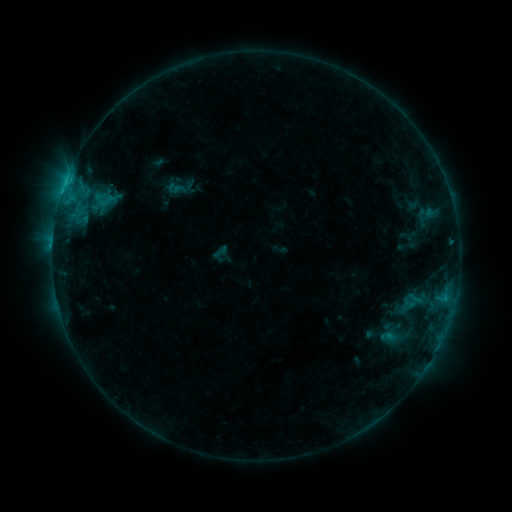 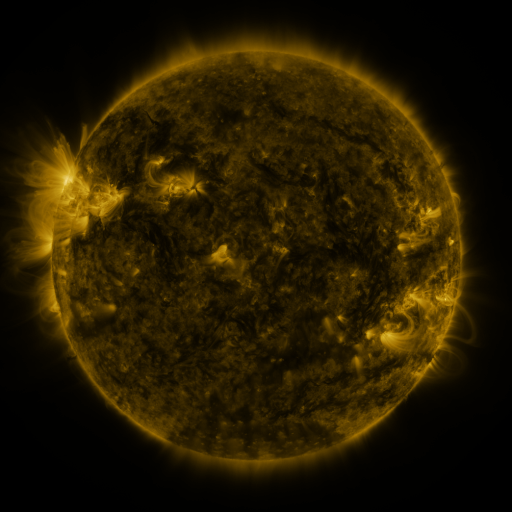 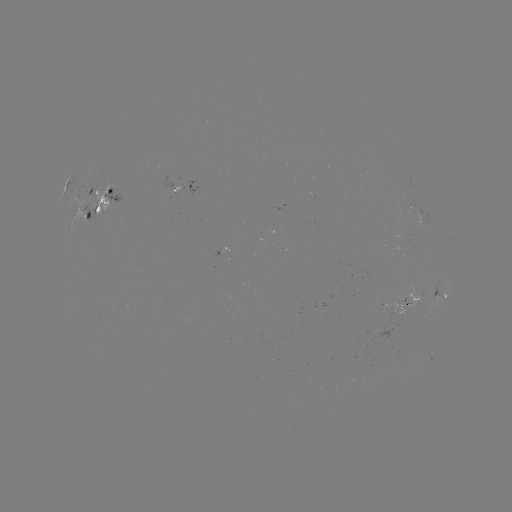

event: sigmoid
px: (106, 201)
